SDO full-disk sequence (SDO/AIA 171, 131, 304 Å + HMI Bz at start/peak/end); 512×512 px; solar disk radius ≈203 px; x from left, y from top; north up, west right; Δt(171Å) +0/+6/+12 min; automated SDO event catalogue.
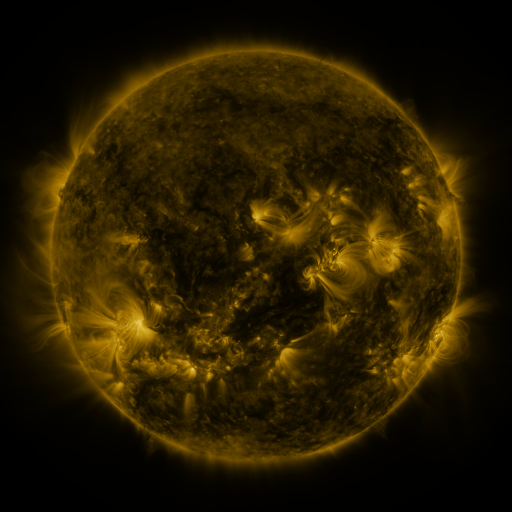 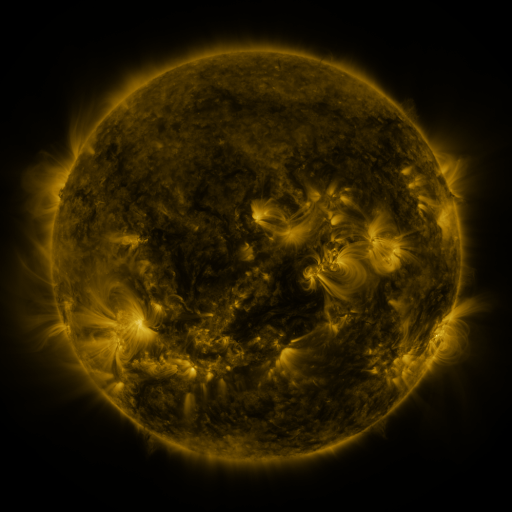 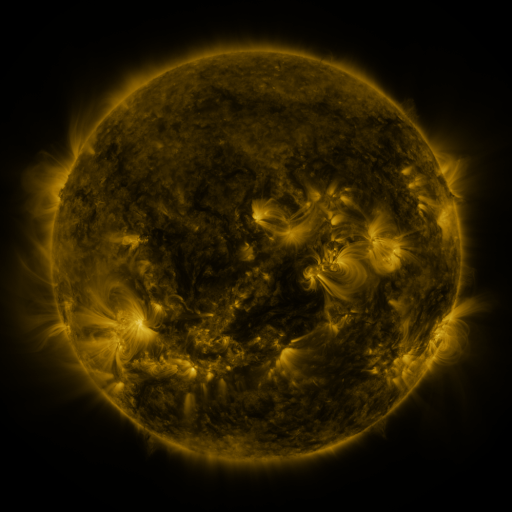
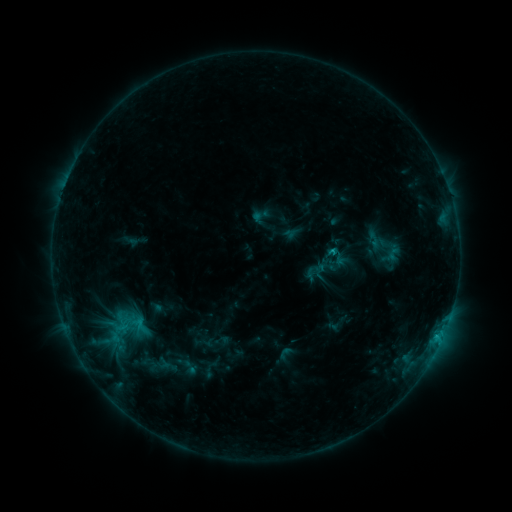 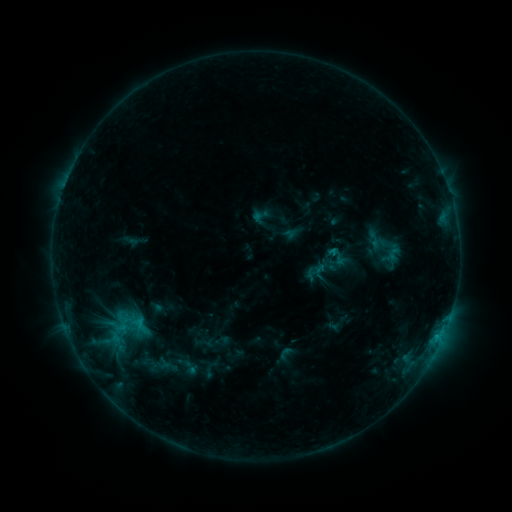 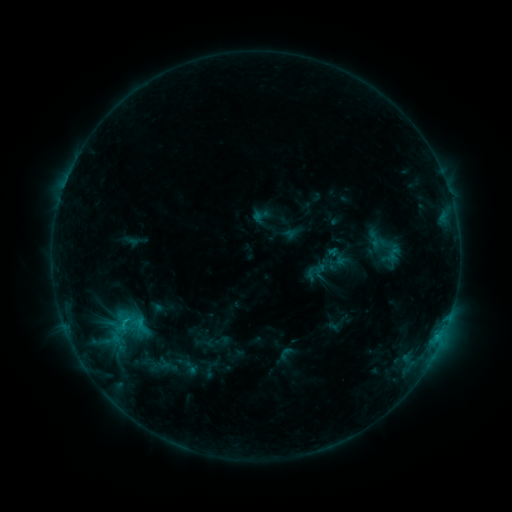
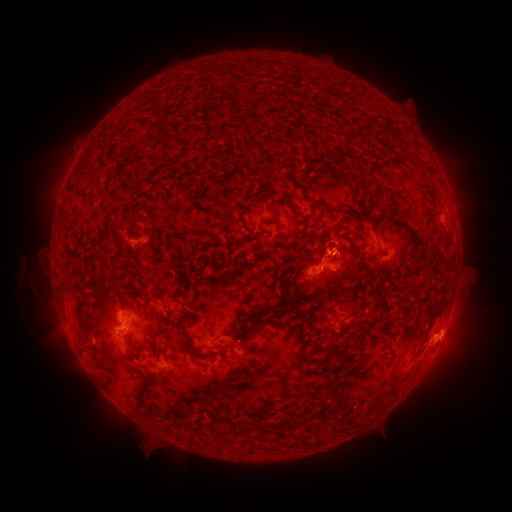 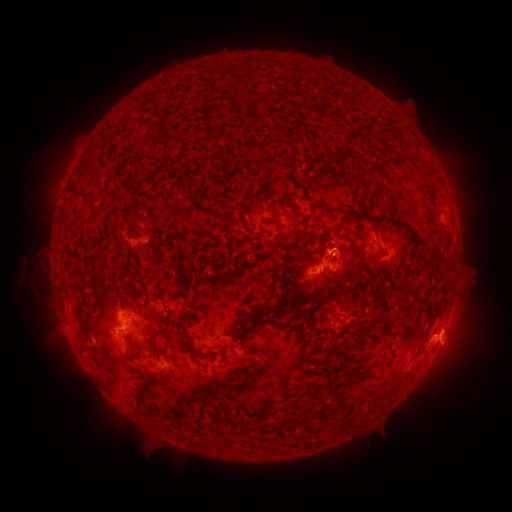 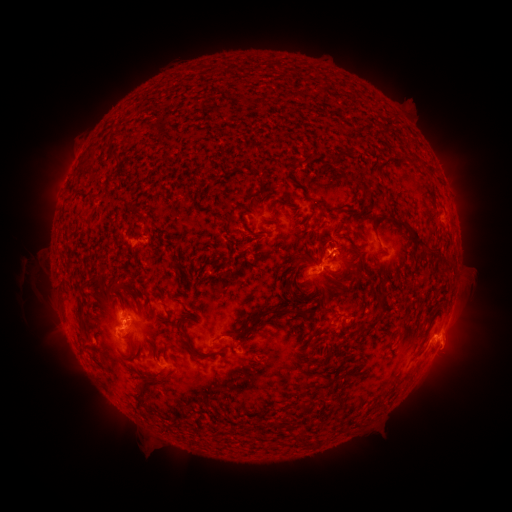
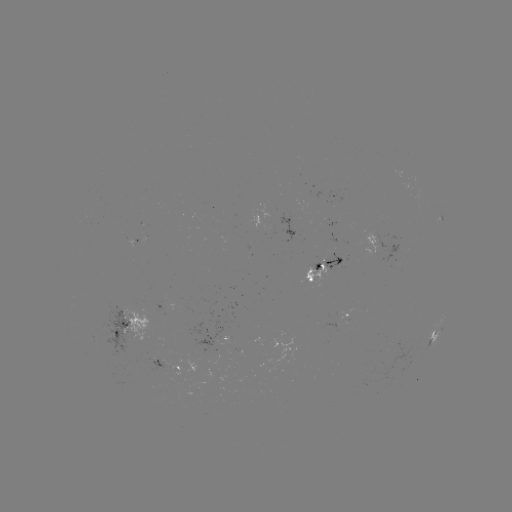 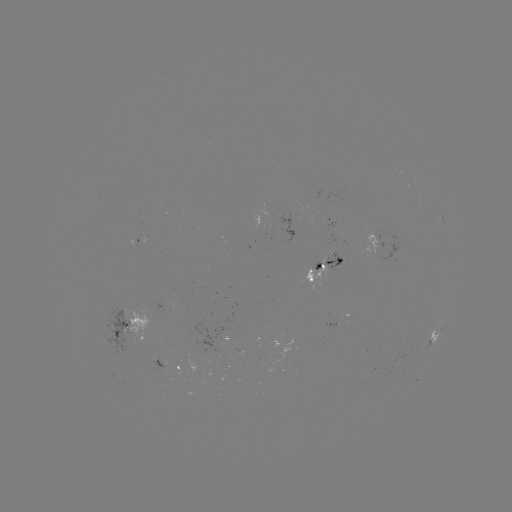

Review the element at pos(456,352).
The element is eruption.